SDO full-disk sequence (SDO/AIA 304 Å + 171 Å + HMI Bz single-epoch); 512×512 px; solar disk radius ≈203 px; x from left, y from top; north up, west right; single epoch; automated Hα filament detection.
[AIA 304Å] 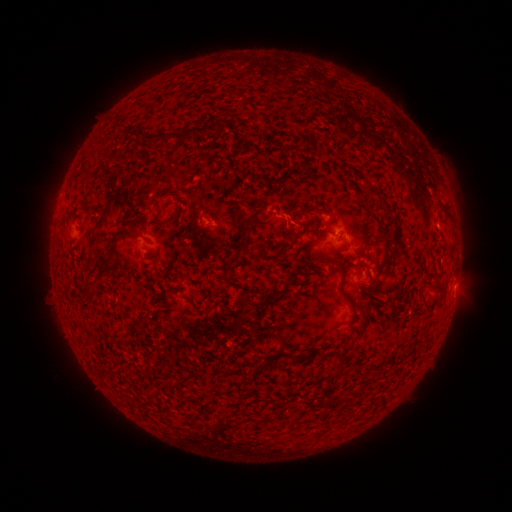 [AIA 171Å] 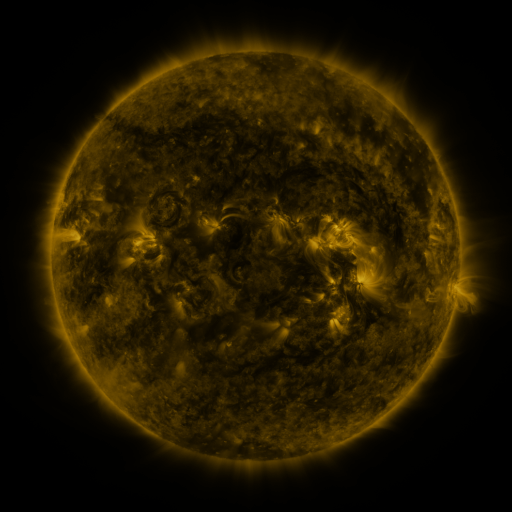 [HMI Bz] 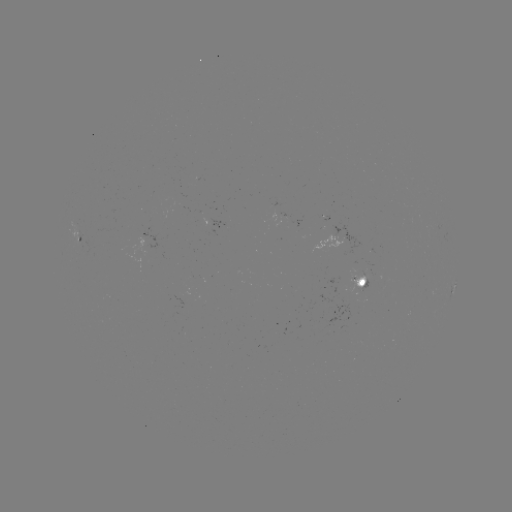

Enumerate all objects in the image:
filament: <bbox>144, 127, 193, 145</bbox>
filament: <bbox>365, 185, 377, 193</bbox>
filament: <bbox>251, 200, 267, 214</bbox>
filament: <bbox>438, 201, 448, 211</bbox>
filament: <bbox>163, 213, 179, 226</bbox>
filament: <bbox>232, 226, 251, 261</bbox>
filament: <bbox>103, 235, 121, 270</bbox>
filament: <bbox>327, 257, 352, 303</bbox>
filament: <bbox>84, 271, 105, 294</bbox>
filament: <bbox>211, 284, 218, 294</bbox>
filament: <bbox>245, 289, 285, 309</bbox>
filament: <bbox>357, 315, 367, 329</bbox>
filament: <bbox>247, 361, 262, 369</bbox>
